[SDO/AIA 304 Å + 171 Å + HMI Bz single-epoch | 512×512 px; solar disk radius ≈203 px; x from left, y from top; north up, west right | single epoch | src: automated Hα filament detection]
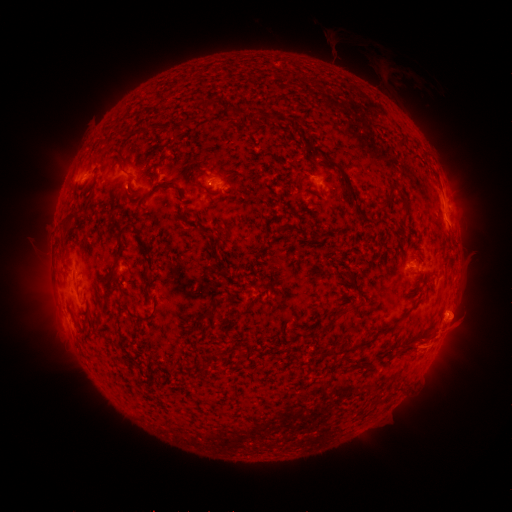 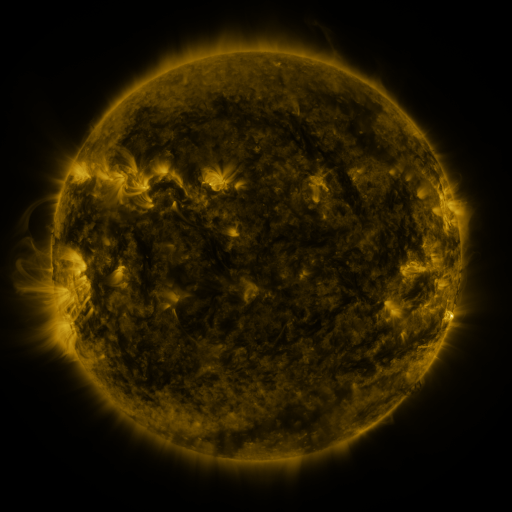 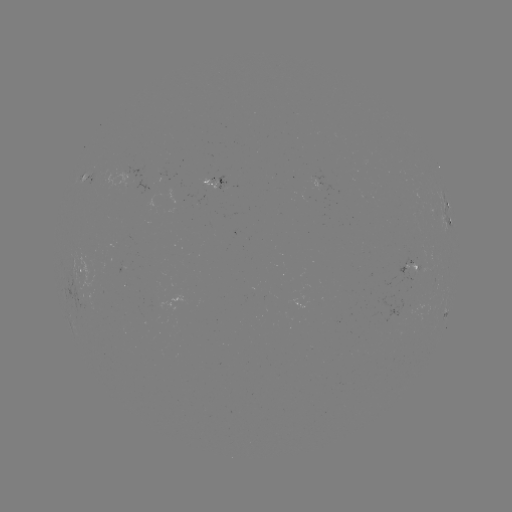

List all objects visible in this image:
filament: <bbox>198, 100, 208, 113</bbox>
filament: <bbox>228, 108, 240, 116</bbox>
filament: <bbox>177, 121, 187, 128</bbox>
filament: <bbox>140, 126, 151, 136</bbox>
filament: <bbox>324, 157, 370, 223</bbox>
filament: <bbox>191, 168, 211, 195</bbox>
filament: <bbox>225, 171, 236, 179</bbox>
filament: <bbox>295, 176, 303, 187</bbox>
filament: <bbox>162, 184, 181, 195</bbox>
filament: <bbox>122, 188, 129, 200</bbox>
filament: <bbox>397, 191, 407, 208</bbox>
filament: <bbox>111, 193, 120, 201</bbox>
filament: <bbox>106, 223, 151, 283</bbox>
filament: <bbox>199, 230, 211, 238</bbox>
filament: <bbox>321, 253, 334, 264</bbox>
filament: <bbox>140, 263, 152, 290</bbox>
filament: <bbox>348, 274, 356, 285</bbox>
filament: <bbox>105, 287, 116, 294</bbox>
filament: <bbox>234, 302, 253, 317</bbox>
filament: <bbox>193, 304, 215, 325</bbox>
filament: <bbox>339, 307, 351, 316</bbox>
filament: <bbox>136, 312, 155, 324</bbox>
filament: <bbox>83, 318, 91, 328</bbox>
filament: <bbox>93, 324, 103, 334</bbox>
filament: <bbox>380, 326, 391, 333</bbox>
filament: <bbox>331, 335, 376, 355</bbox>
filament: <bbox>401, 341, 411, 351</bbox>
filament: <bbox>263, 346, 283, 356</bbox>
filament: <bbox>238, 350, 248, 359</bbox>
filament: <bbox>198, 361, 211, 375</bbox>
